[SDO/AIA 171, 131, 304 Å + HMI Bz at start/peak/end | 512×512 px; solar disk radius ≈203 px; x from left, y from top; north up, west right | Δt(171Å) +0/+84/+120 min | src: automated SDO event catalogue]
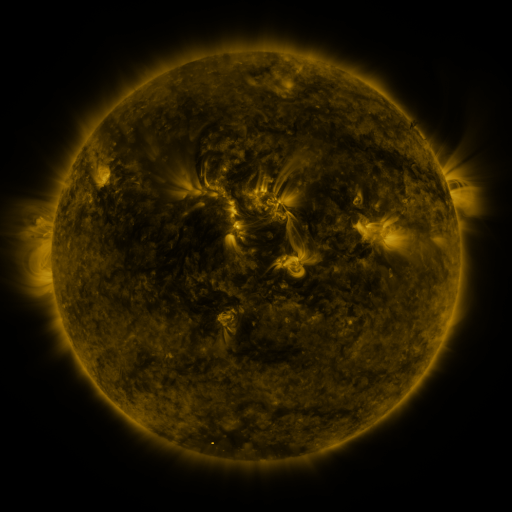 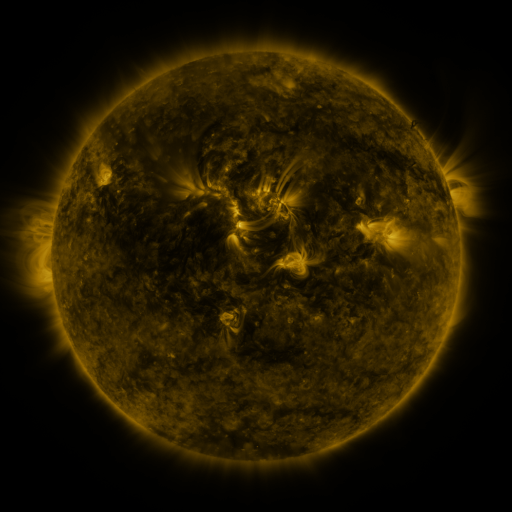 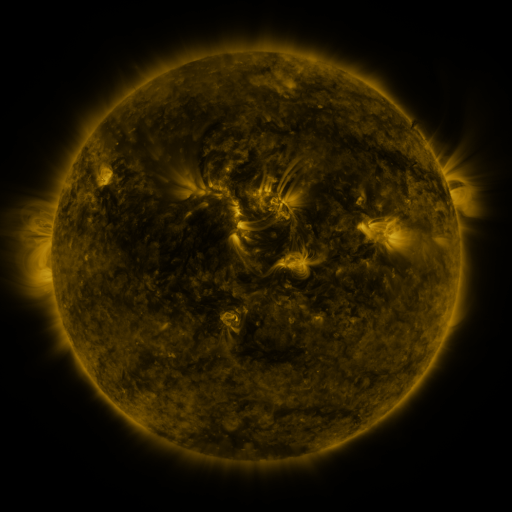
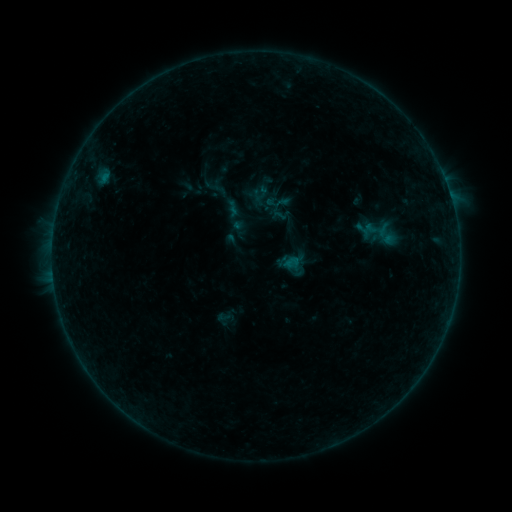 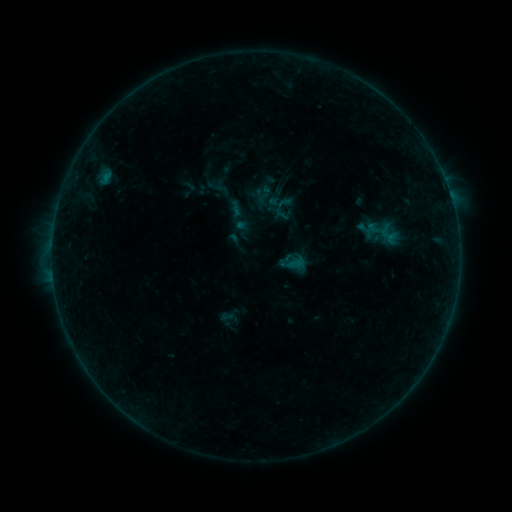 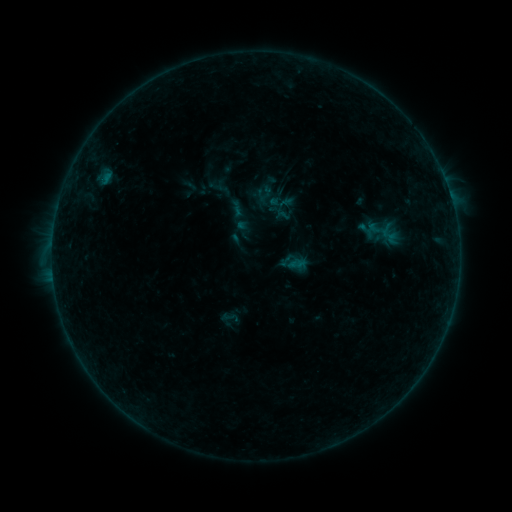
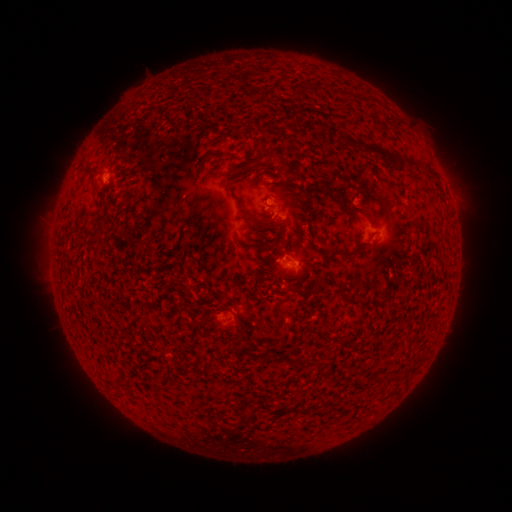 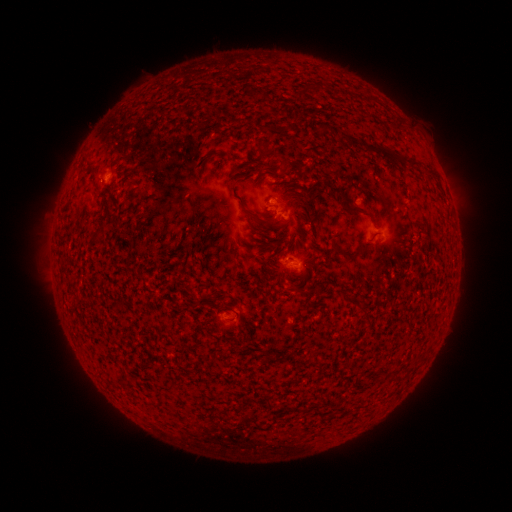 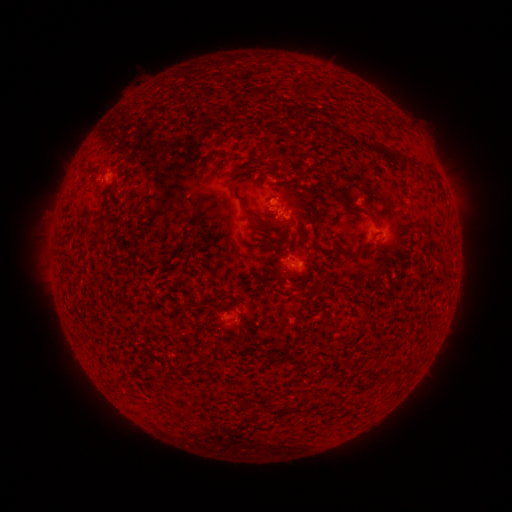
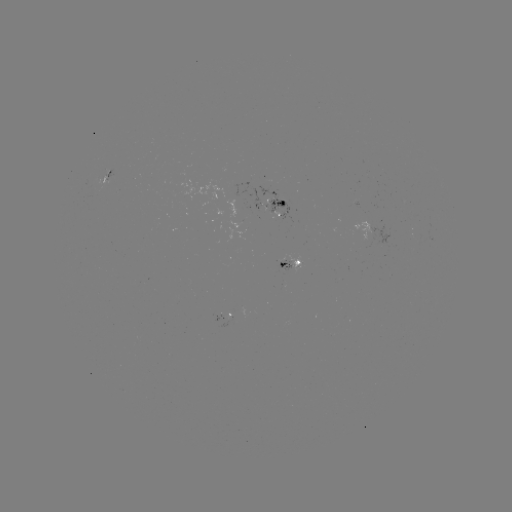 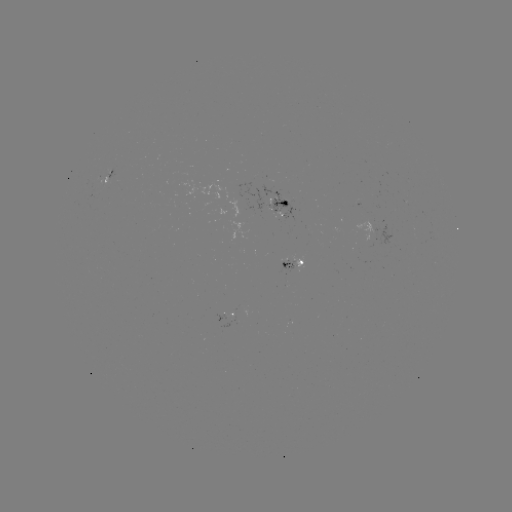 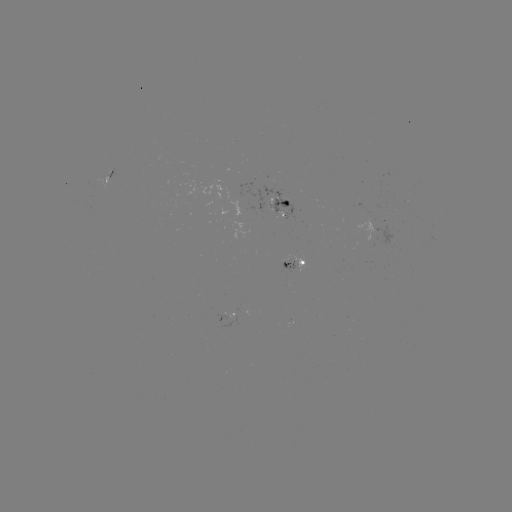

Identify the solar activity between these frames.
emerging-flux region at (272, 203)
